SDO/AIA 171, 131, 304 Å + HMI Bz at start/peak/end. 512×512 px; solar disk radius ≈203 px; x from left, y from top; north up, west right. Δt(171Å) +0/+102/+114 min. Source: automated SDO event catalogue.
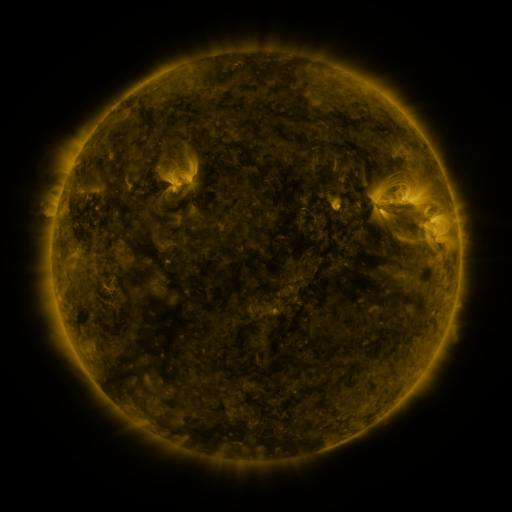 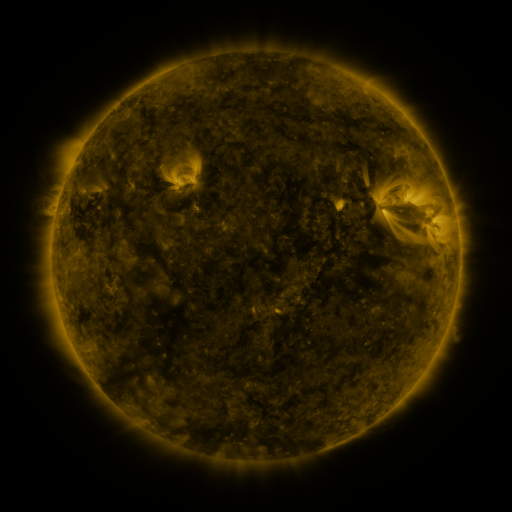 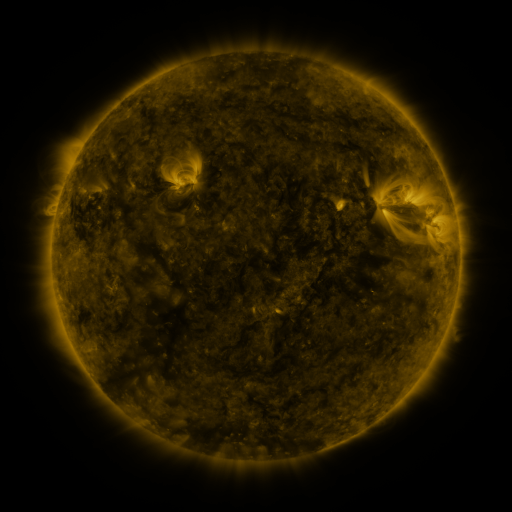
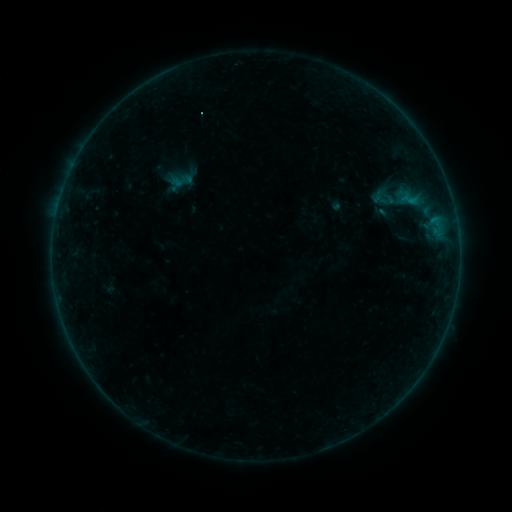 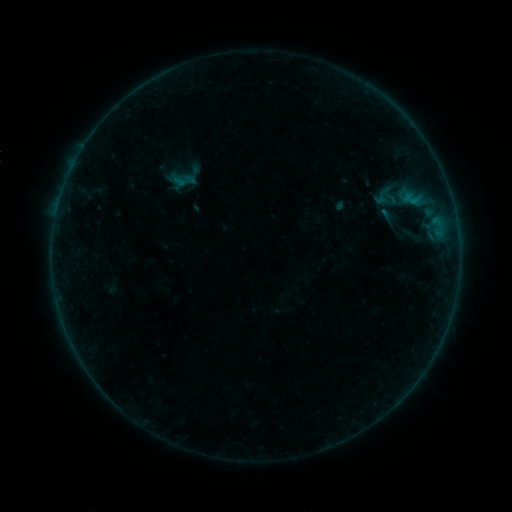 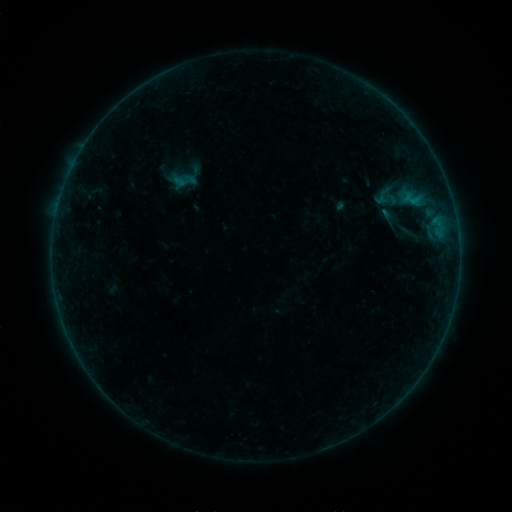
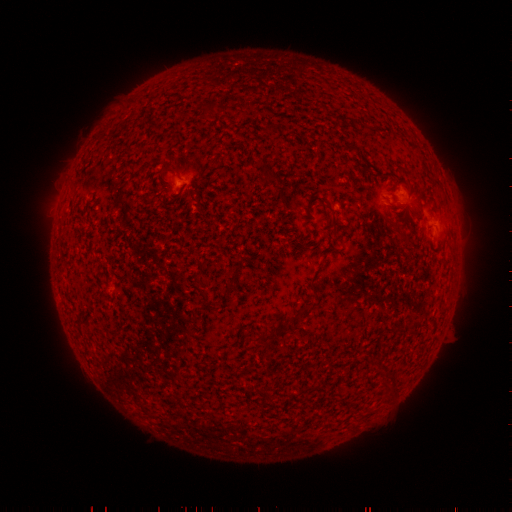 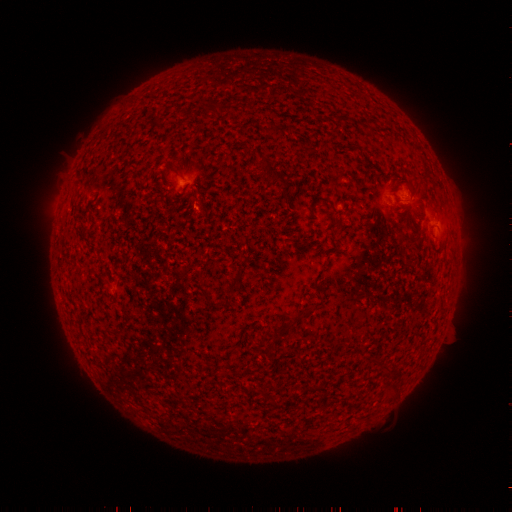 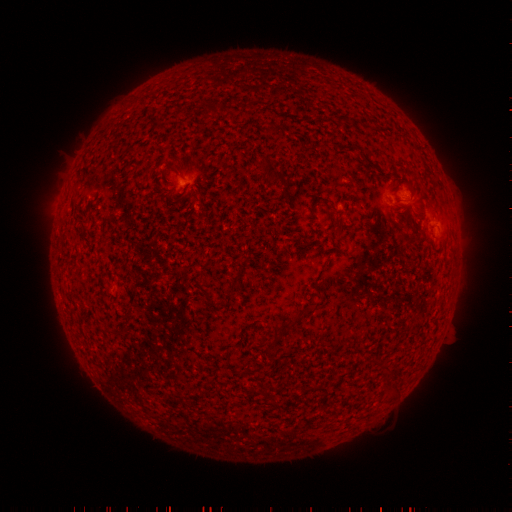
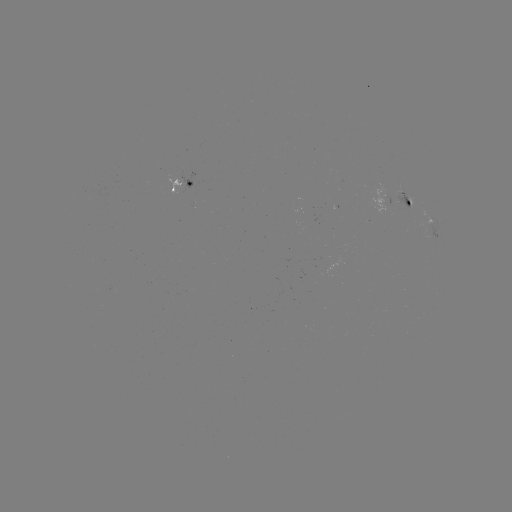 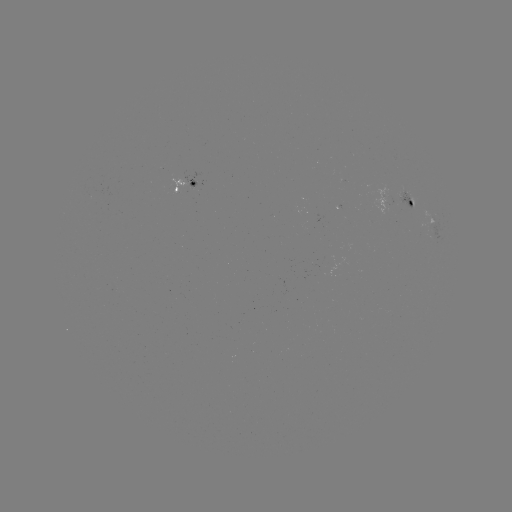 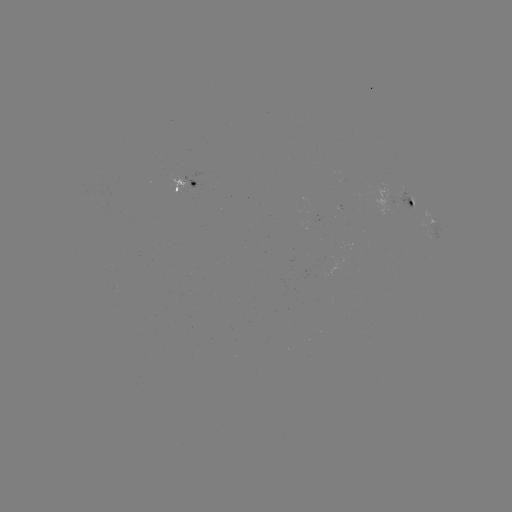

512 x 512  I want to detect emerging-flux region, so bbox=[393, 189, 414, 212].